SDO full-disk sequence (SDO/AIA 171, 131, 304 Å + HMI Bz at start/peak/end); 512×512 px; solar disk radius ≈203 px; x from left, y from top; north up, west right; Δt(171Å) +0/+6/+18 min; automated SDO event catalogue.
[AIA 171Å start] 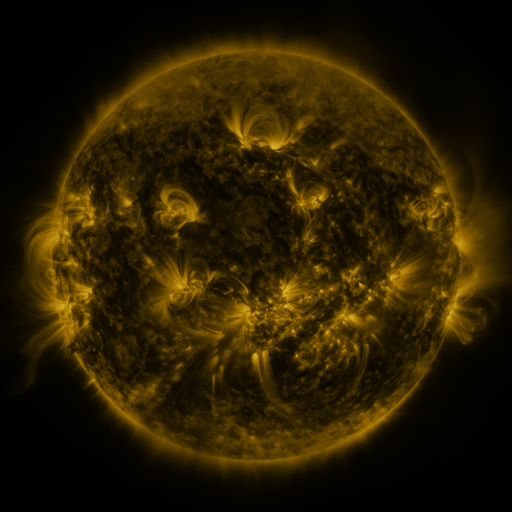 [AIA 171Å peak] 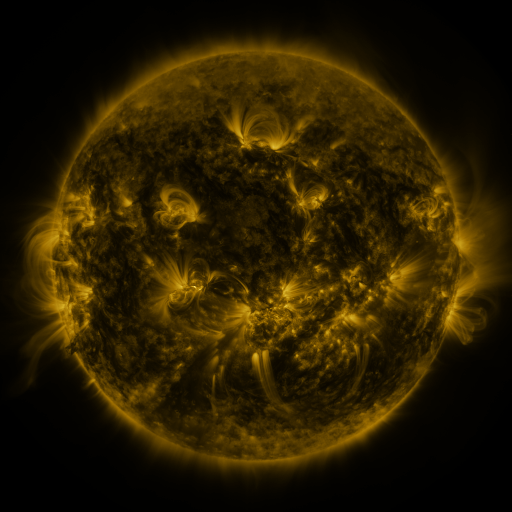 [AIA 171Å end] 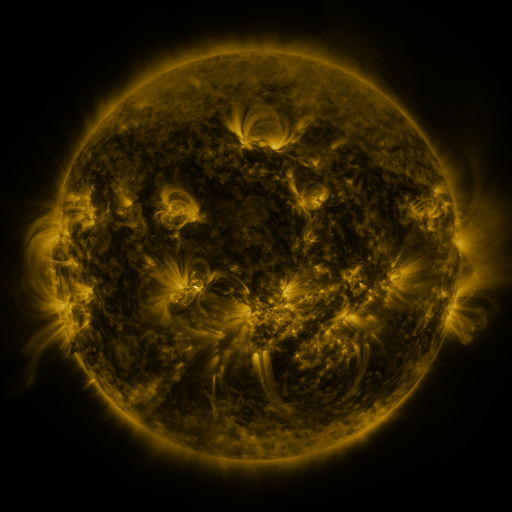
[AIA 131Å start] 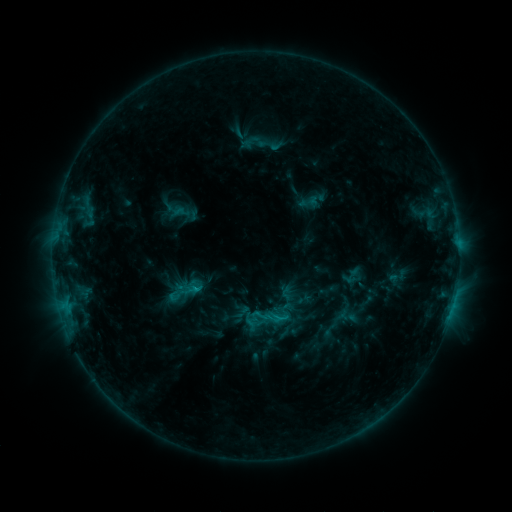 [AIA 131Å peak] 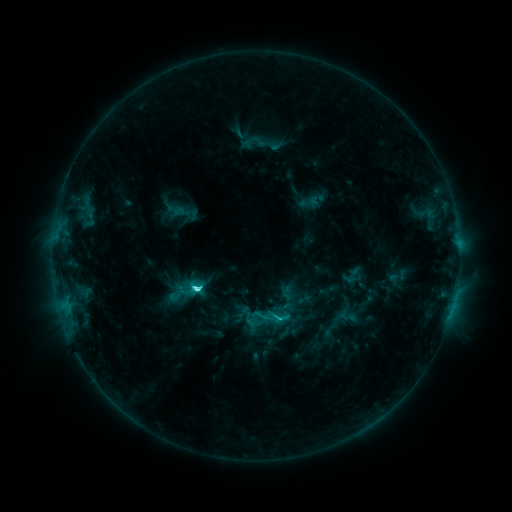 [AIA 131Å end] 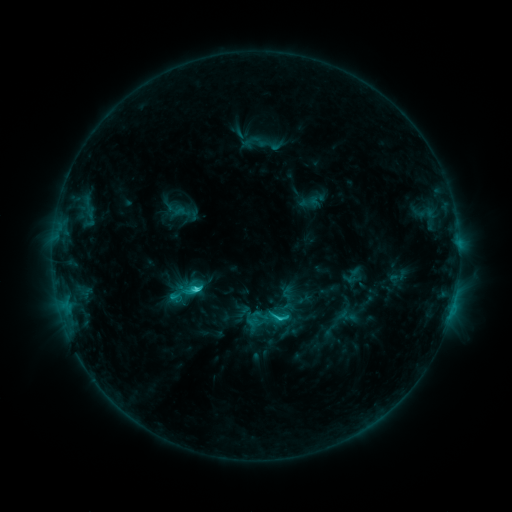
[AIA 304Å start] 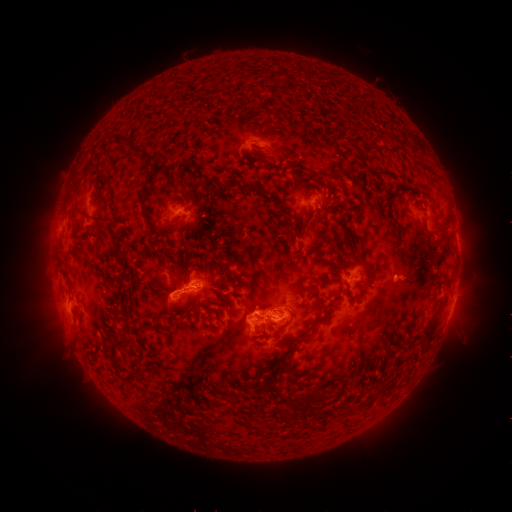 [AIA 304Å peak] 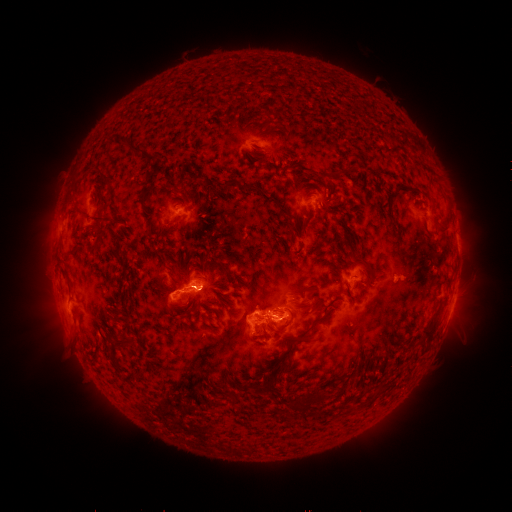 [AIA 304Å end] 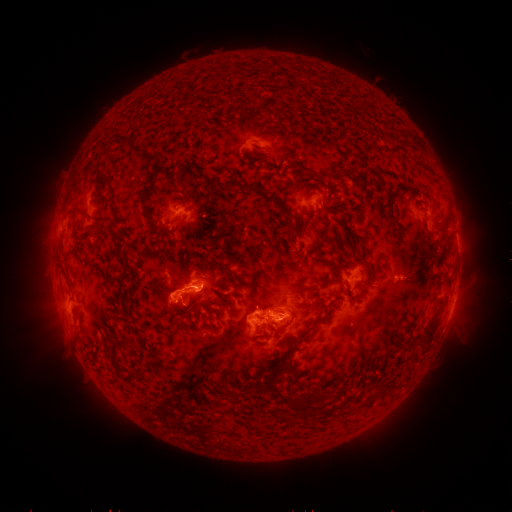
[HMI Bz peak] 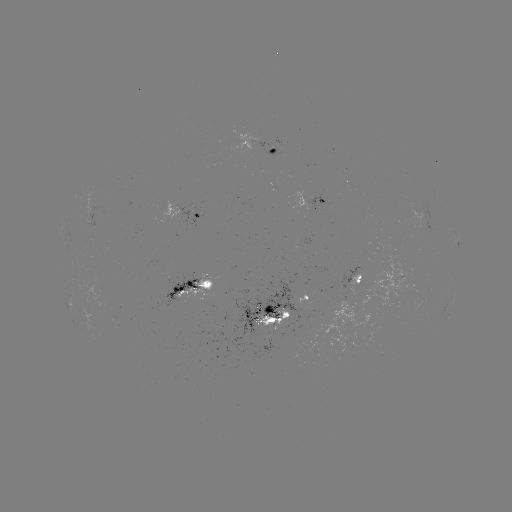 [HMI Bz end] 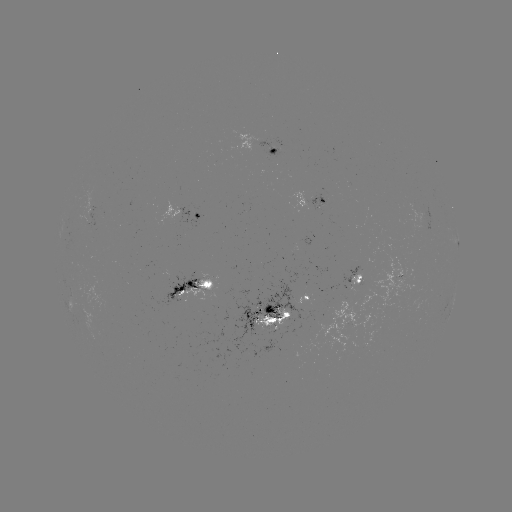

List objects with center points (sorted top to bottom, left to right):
C5.6 flare: (197, 287)
